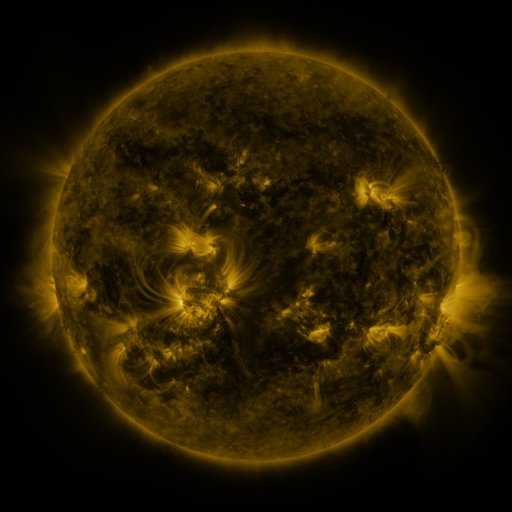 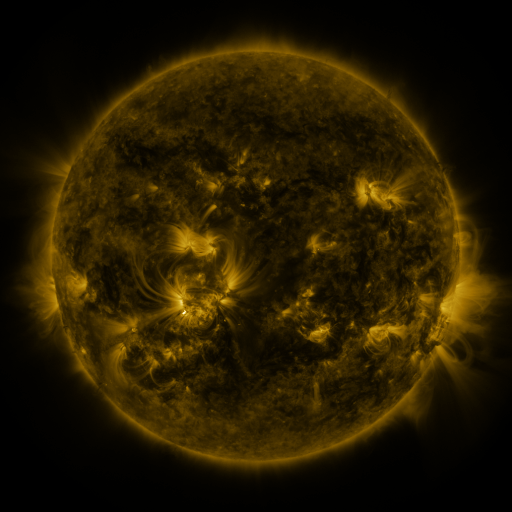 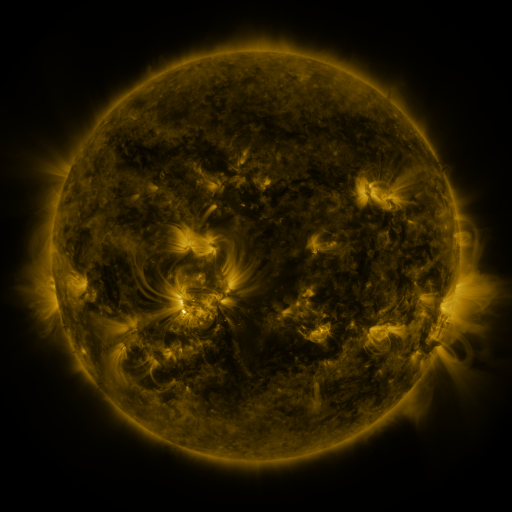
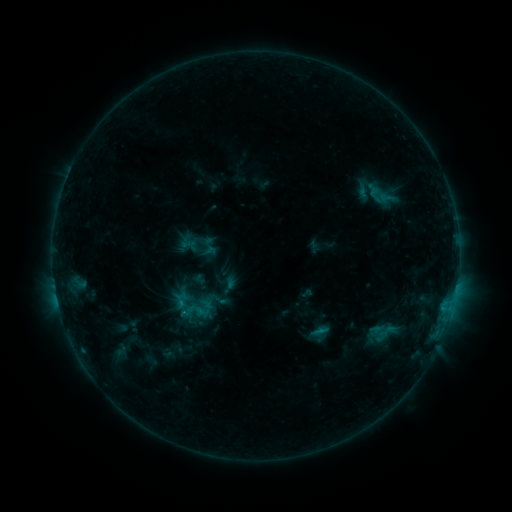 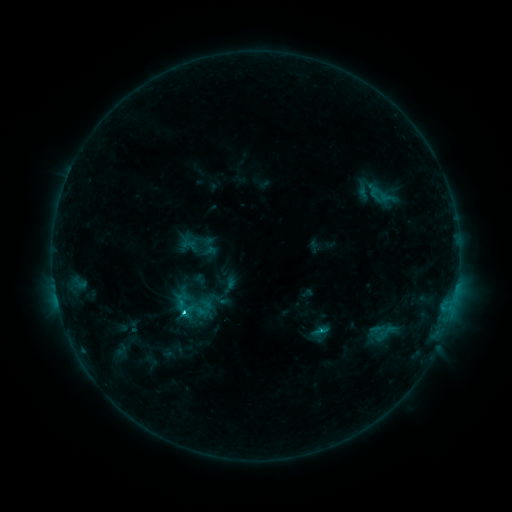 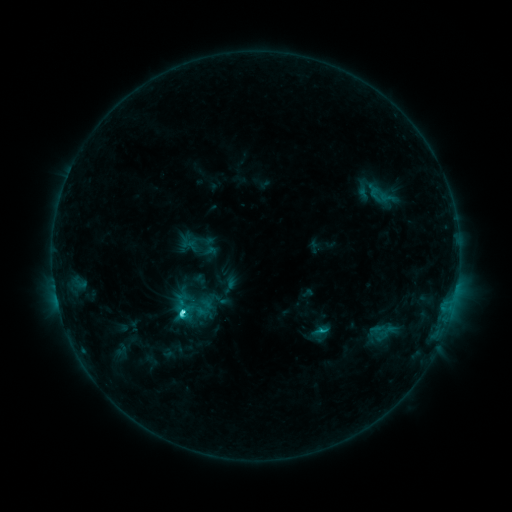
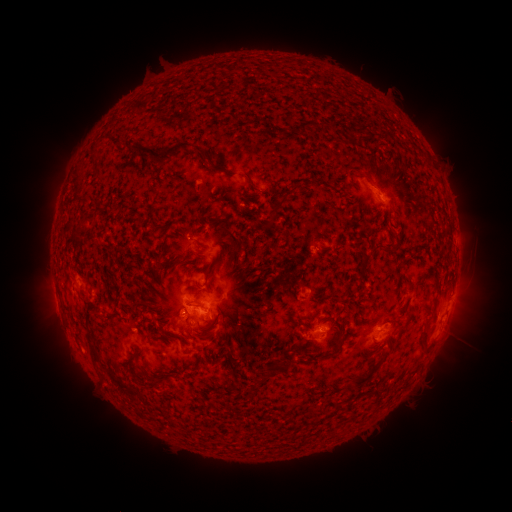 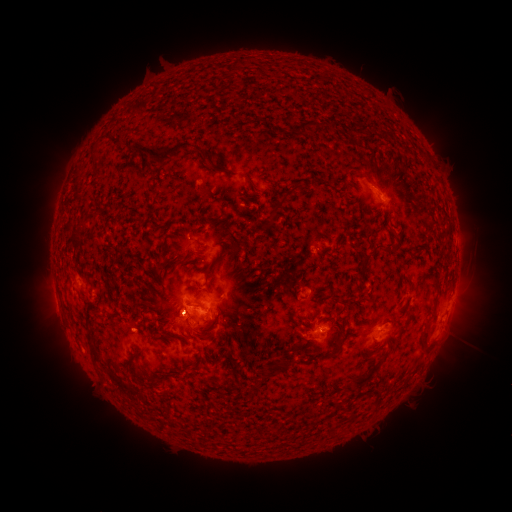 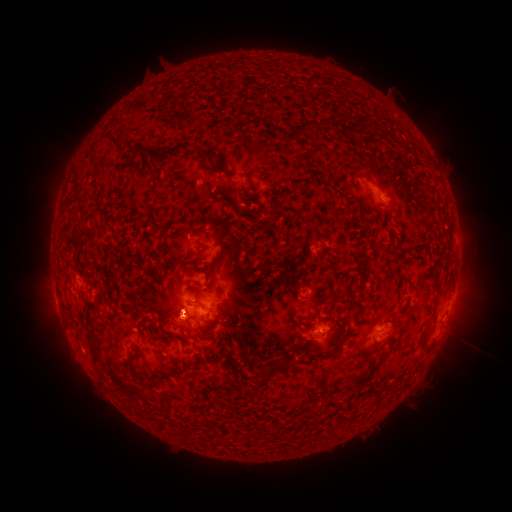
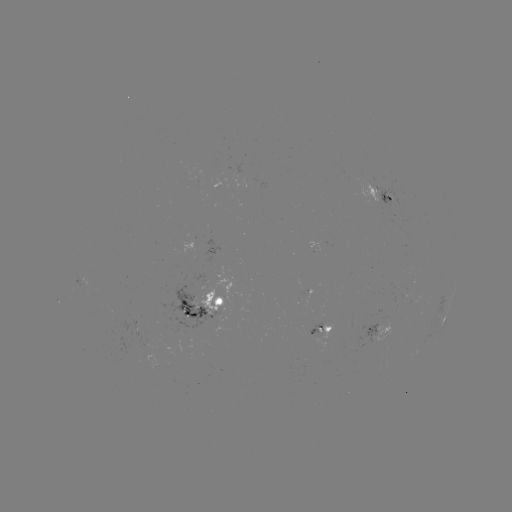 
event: flare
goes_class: C6.0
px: (184, 310)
